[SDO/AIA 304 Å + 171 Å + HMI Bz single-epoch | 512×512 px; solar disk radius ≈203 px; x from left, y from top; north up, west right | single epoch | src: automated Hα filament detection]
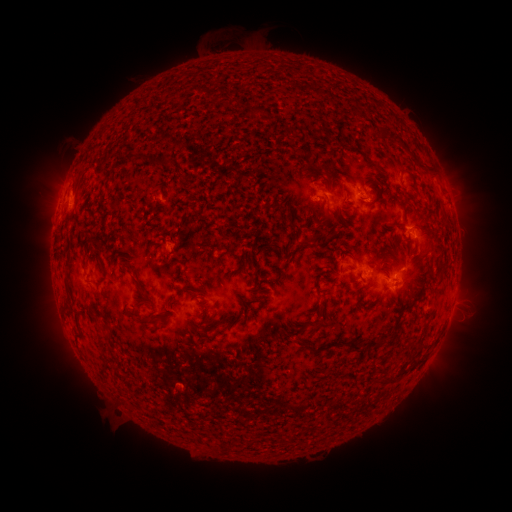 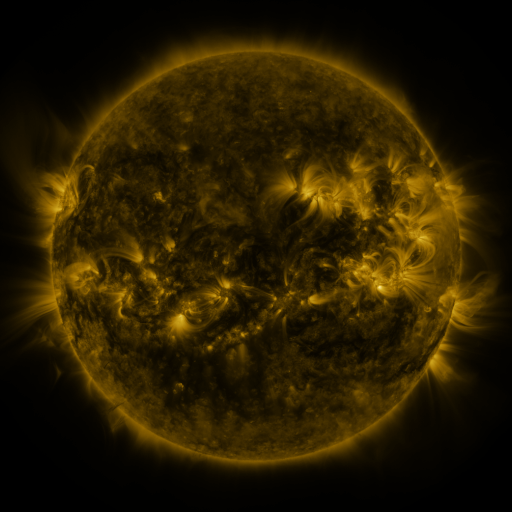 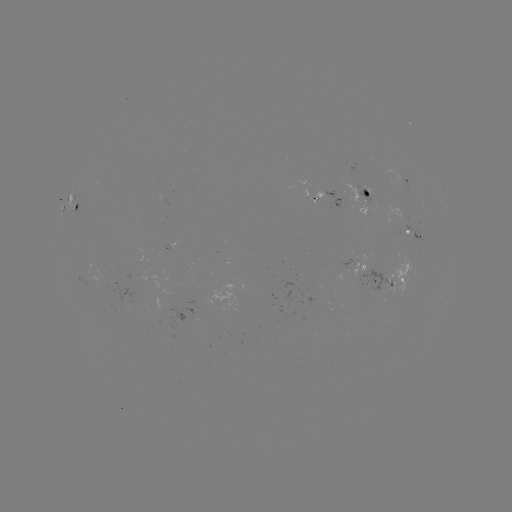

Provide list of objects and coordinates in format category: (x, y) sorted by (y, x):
filament: (252, 111)
filament: (314, 130)
filament: (391, 134)
filament: (135, 159)
filament: (369, 160)
filament: (420, 163)
filament: (162, 166)
filament: (404, 167)
filament: (368, 183)
filament: (326, 205)
filament: (409, 244)
filament: (424, 250)
filament: (446, 260)
filament: (67, 285)
filament: (139, 287)
filament: (186, 291)
filament: (320, 292)
filament: (413, 295)
filament: (241, 297)
filament: (148, 323)
filament: (319, 325)
filament: (78, 326)
filament: (425, 328)
filament: (420, 342)
filament: (353, 343)
filament: (419, 358)
filament: (109, 367)
filament: (398, 372)
